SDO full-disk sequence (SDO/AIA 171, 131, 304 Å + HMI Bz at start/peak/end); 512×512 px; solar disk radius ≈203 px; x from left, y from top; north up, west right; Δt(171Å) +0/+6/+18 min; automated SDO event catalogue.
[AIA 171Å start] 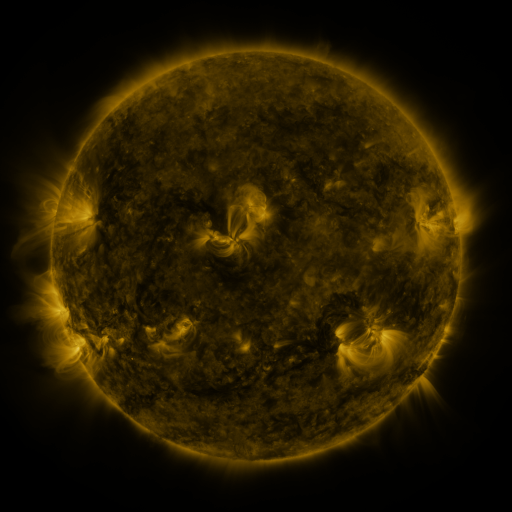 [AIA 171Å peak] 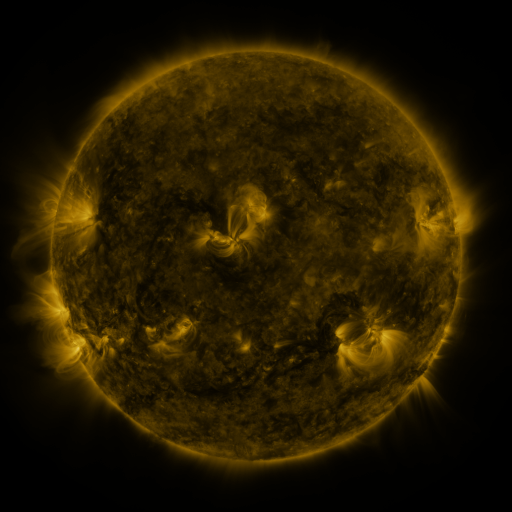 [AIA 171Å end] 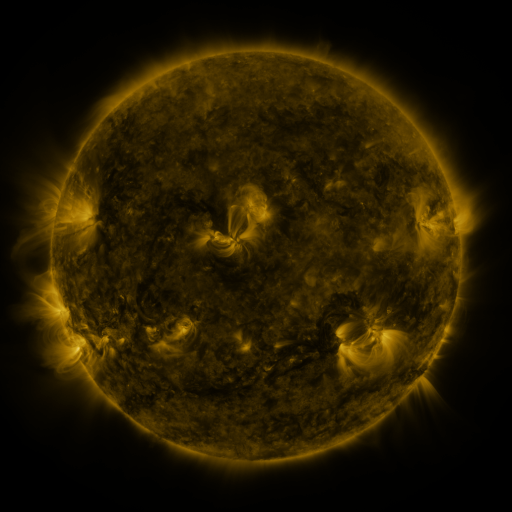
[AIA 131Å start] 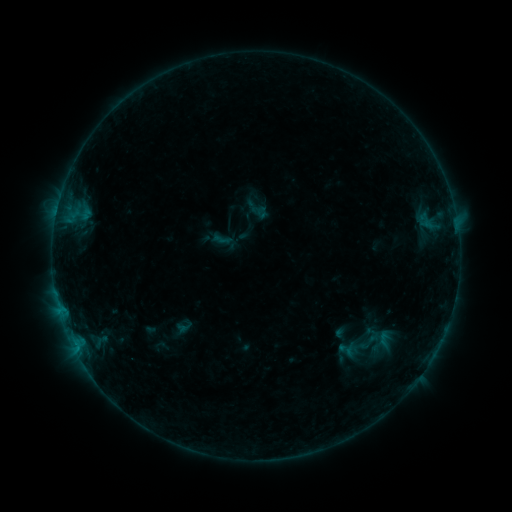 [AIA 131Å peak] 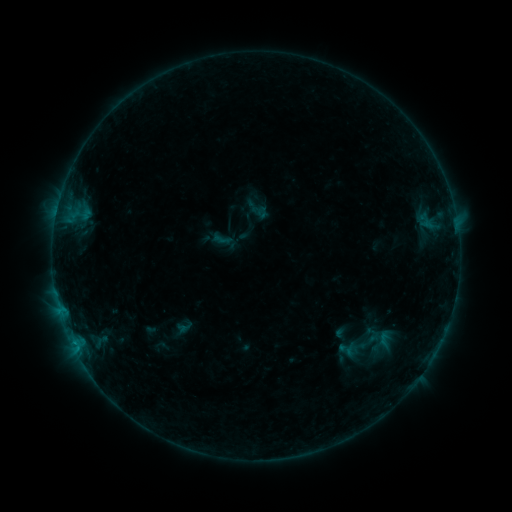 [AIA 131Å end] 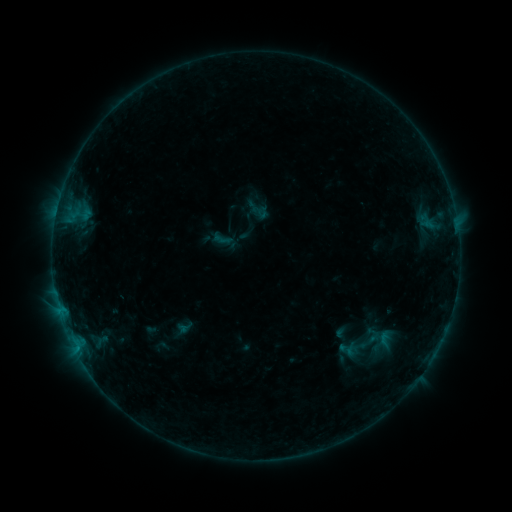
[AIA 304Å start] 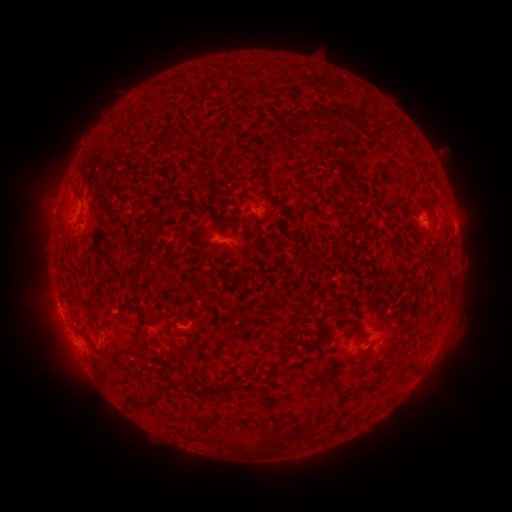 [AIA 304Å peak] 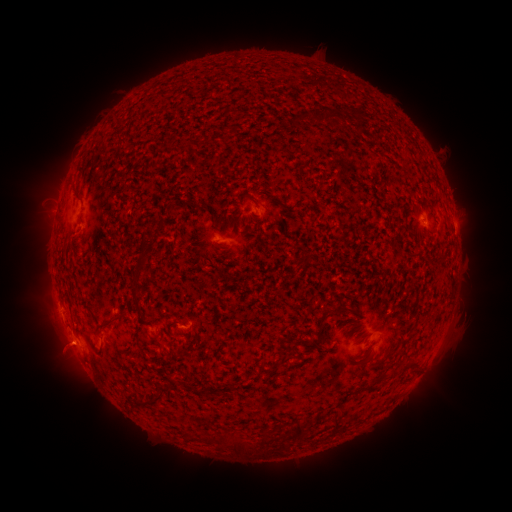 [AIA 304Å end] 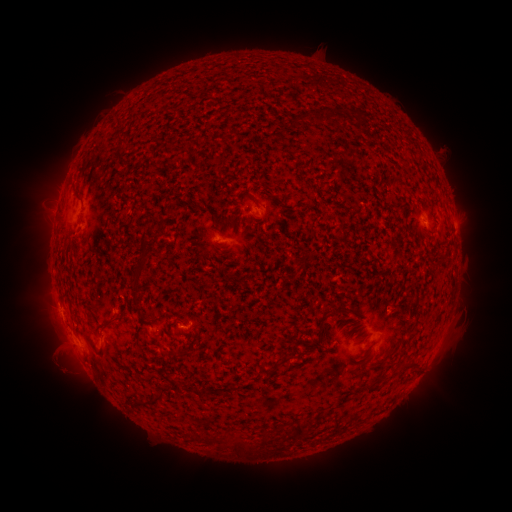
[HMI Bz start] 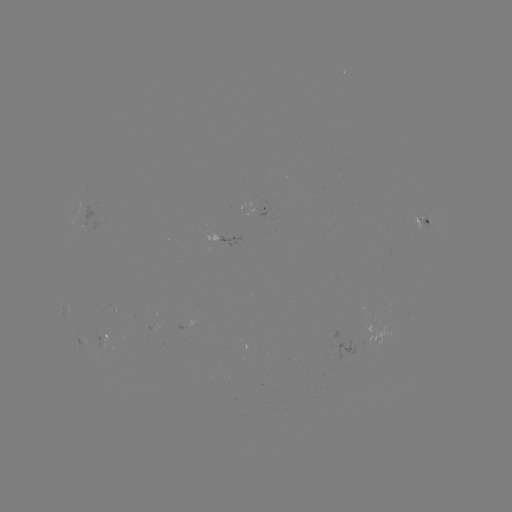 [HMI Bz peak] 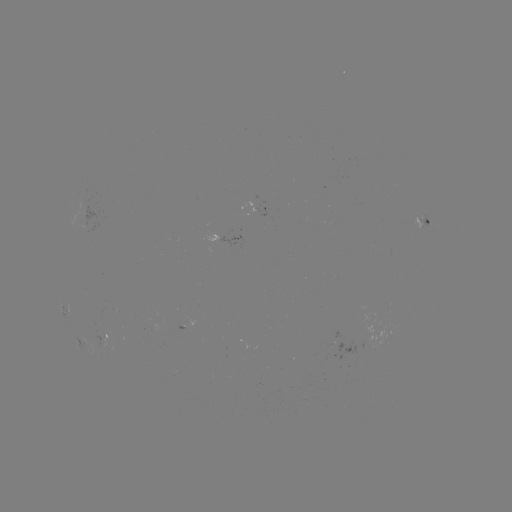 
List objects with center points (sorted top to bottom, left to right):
eruption: (62, 354)
